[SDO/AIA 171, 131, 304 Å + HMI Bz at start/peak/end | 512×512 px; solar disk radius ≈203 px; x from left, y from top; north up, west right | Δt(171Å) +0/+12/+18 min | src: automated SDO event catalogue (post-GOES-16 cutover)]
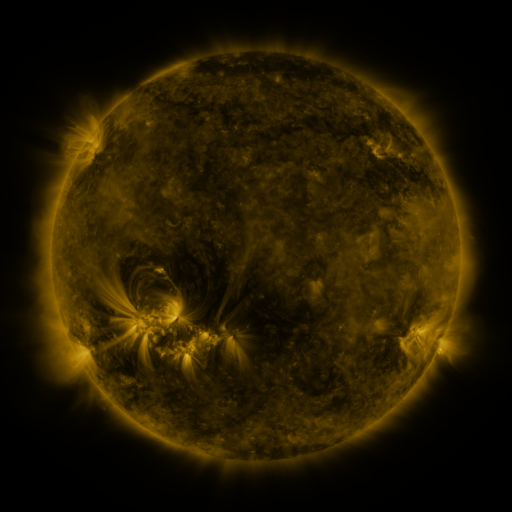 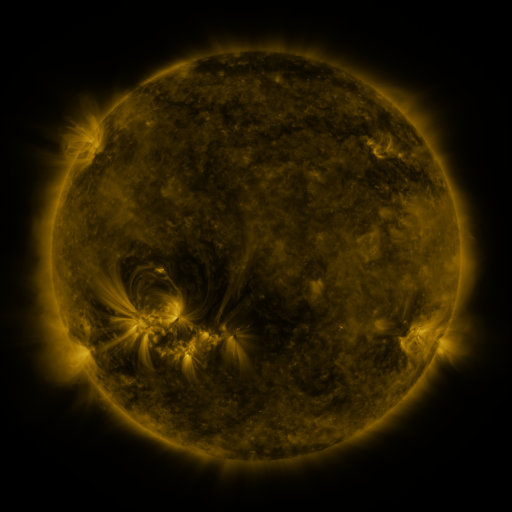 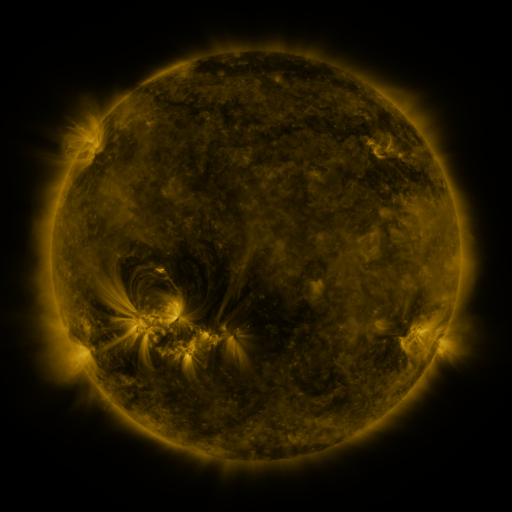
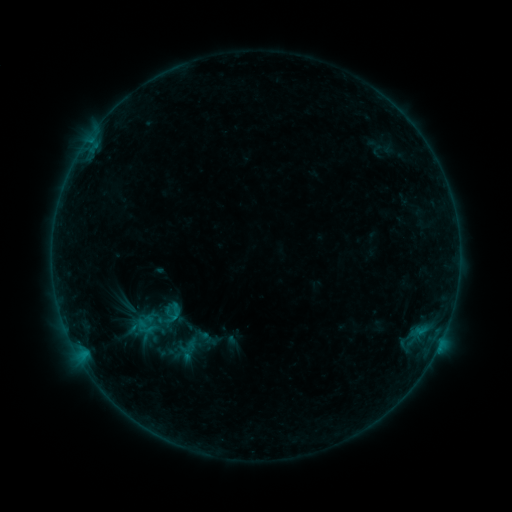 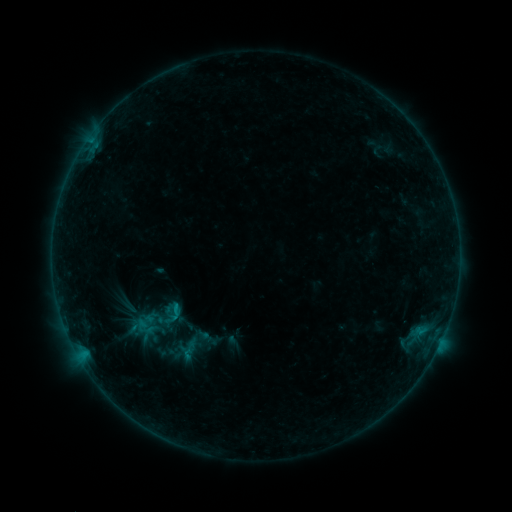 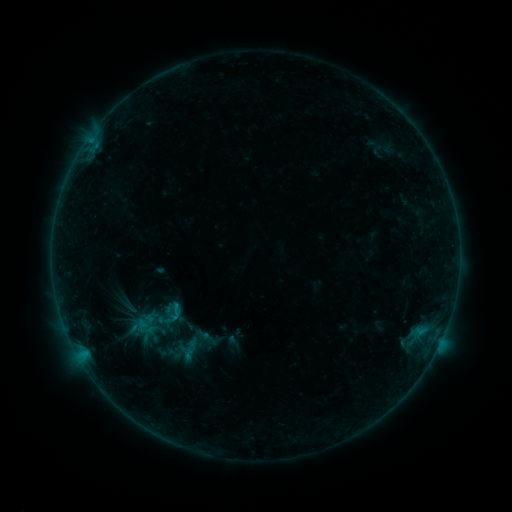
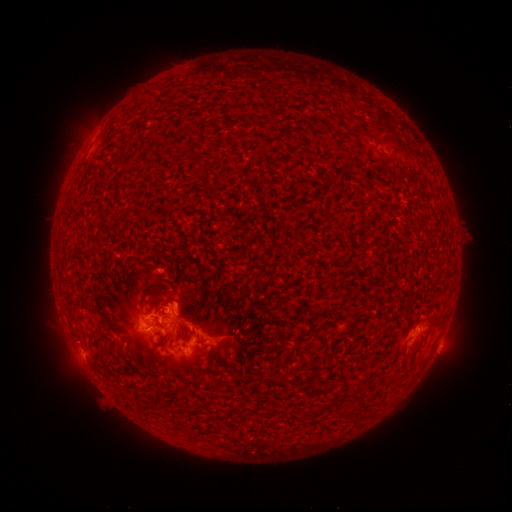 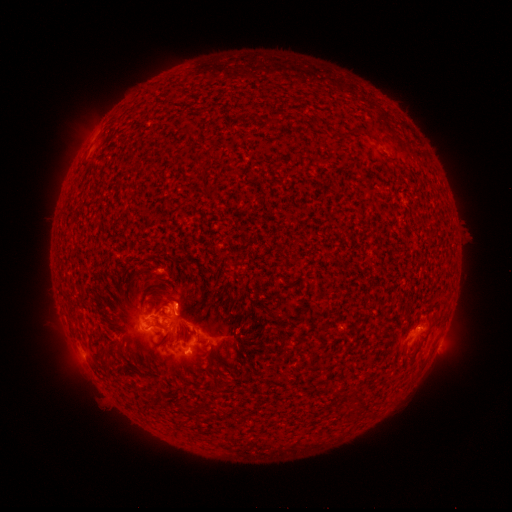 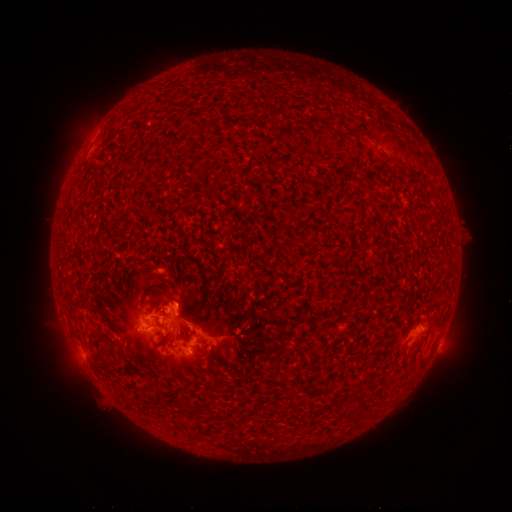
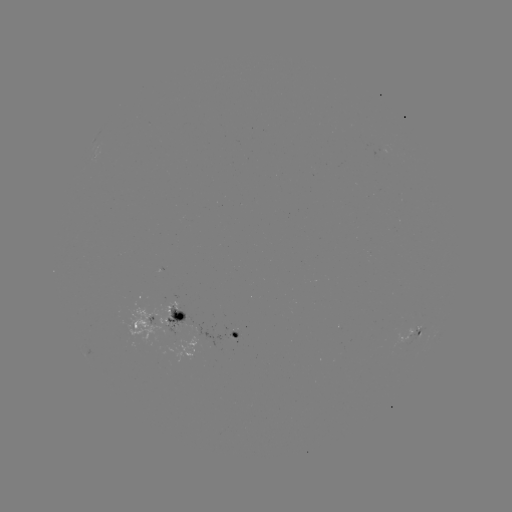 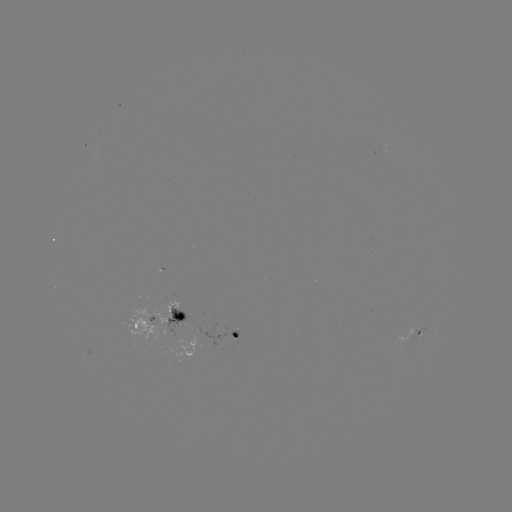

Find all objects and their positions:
B8.8 flare: (178, 305)
